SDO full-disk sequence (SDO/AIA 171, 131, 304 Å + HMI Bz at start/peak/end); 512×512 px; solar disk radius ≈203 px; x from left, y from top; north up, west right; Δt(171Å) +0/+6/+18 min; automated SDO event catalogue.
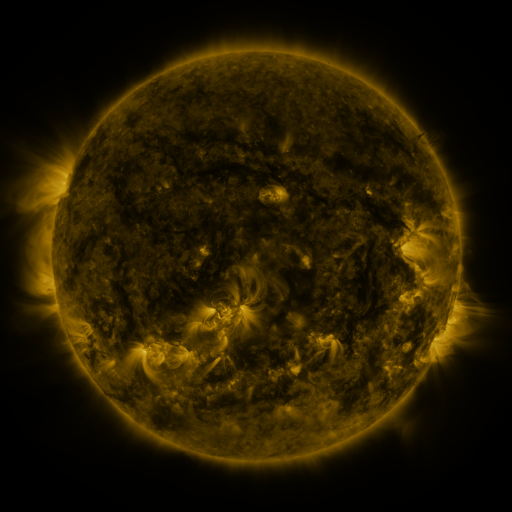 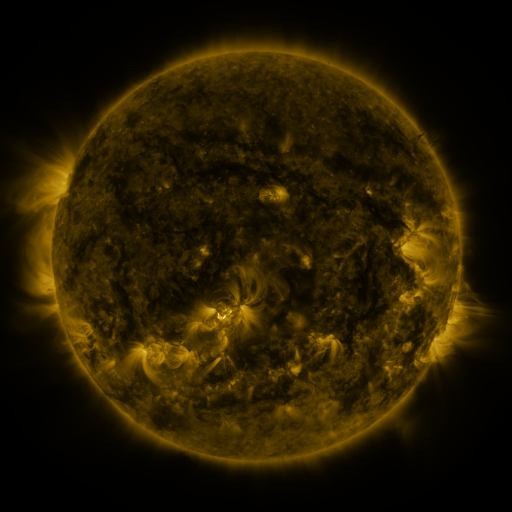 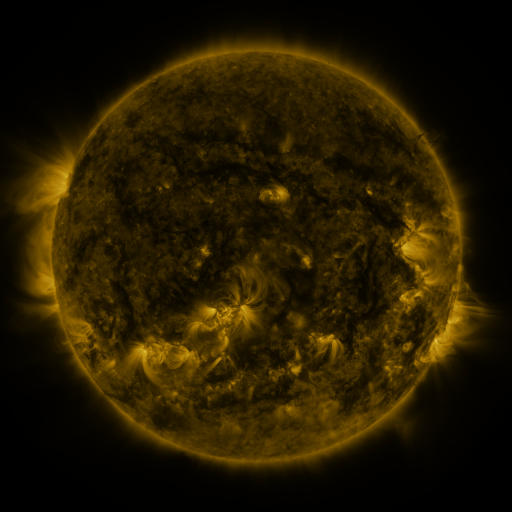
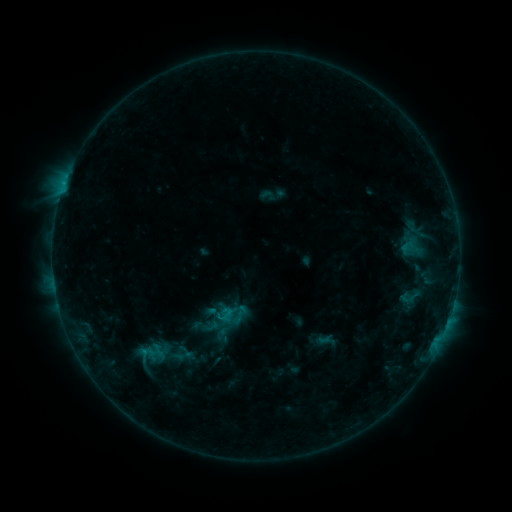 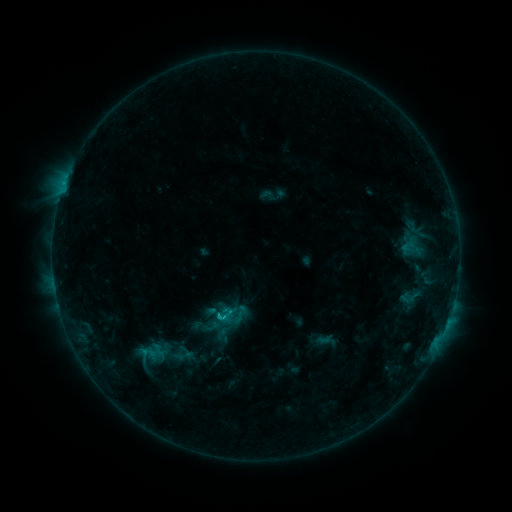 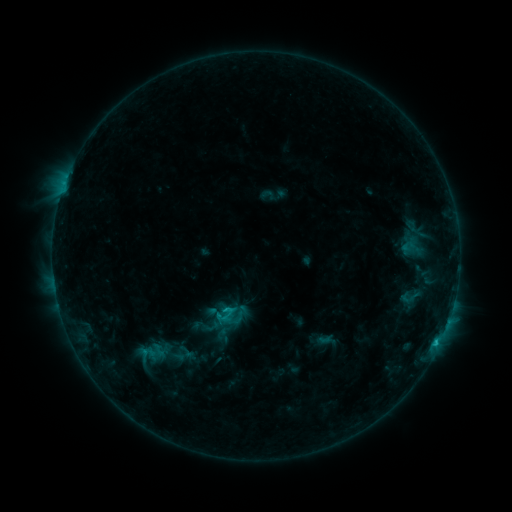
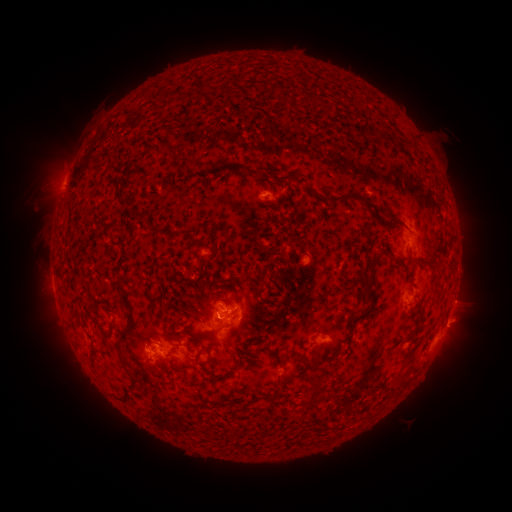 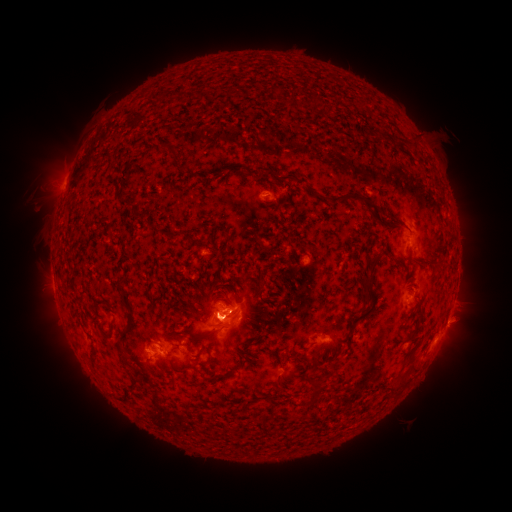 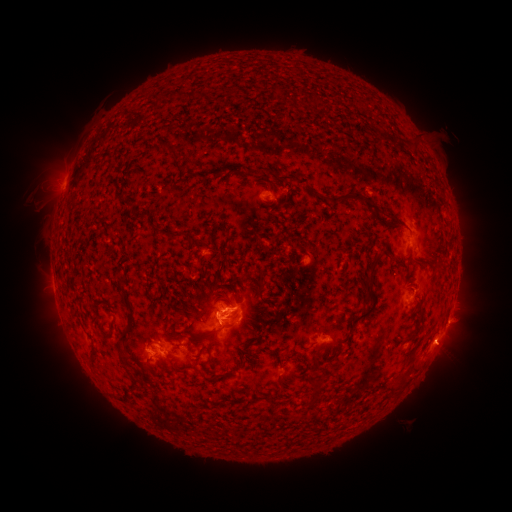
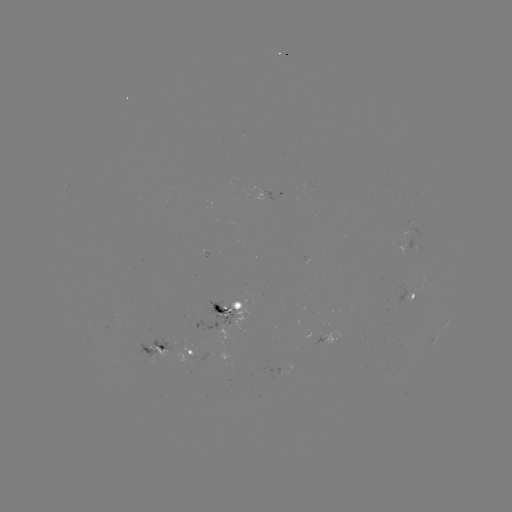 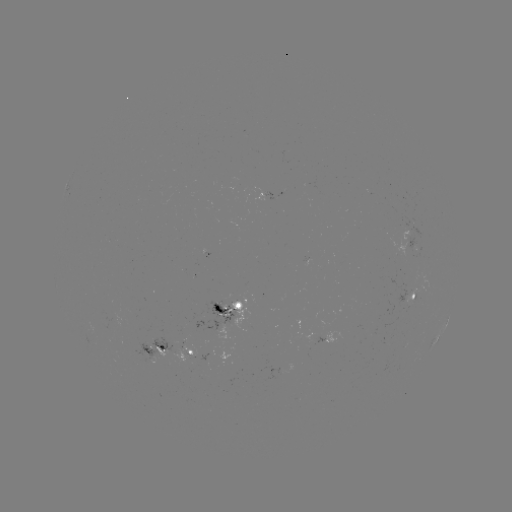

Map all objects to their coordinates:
C1.5 flare: (221, 315)
